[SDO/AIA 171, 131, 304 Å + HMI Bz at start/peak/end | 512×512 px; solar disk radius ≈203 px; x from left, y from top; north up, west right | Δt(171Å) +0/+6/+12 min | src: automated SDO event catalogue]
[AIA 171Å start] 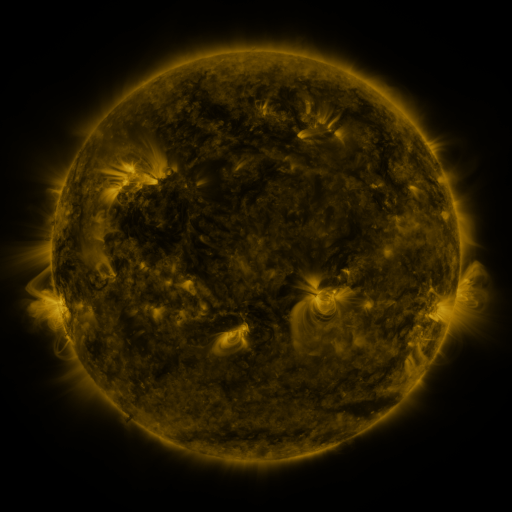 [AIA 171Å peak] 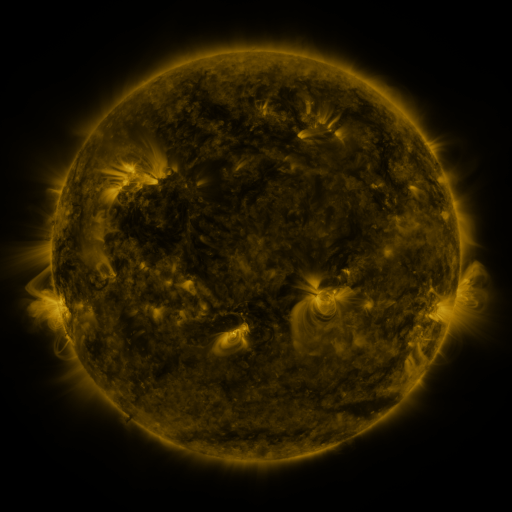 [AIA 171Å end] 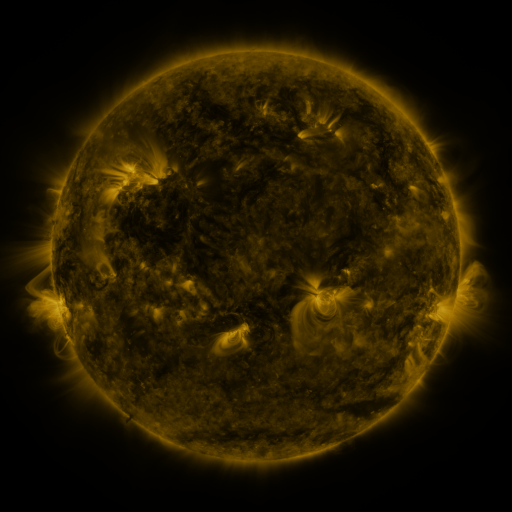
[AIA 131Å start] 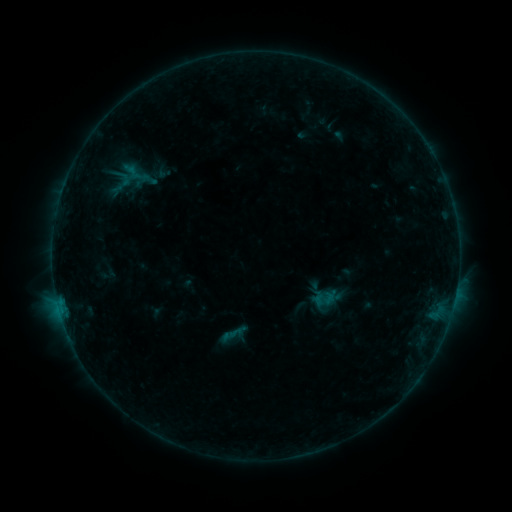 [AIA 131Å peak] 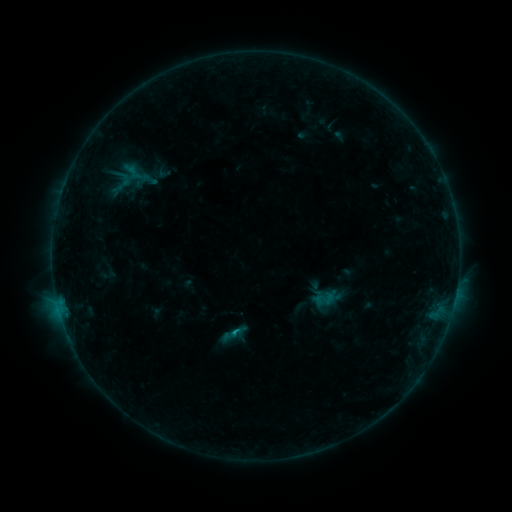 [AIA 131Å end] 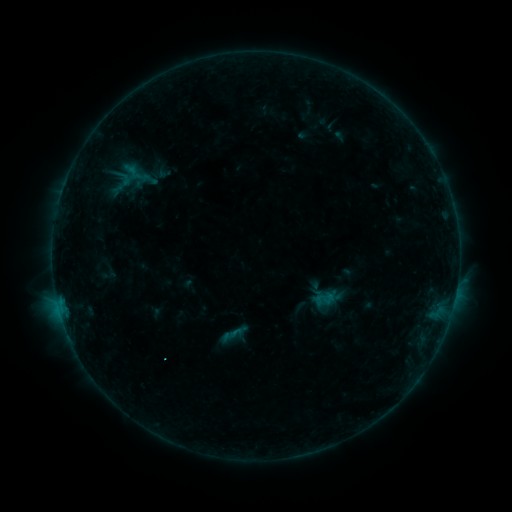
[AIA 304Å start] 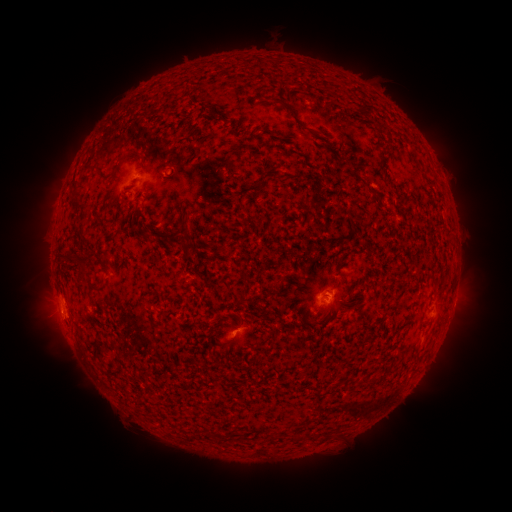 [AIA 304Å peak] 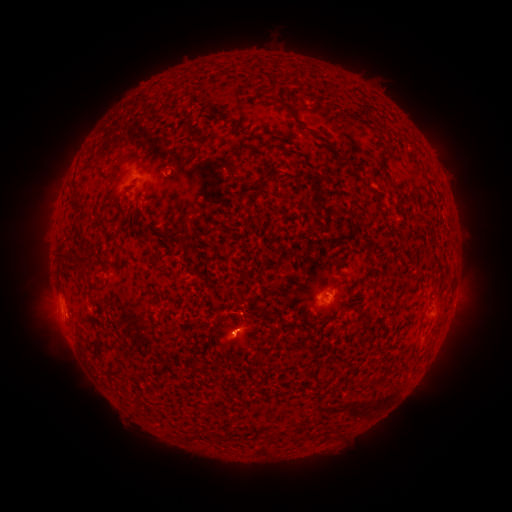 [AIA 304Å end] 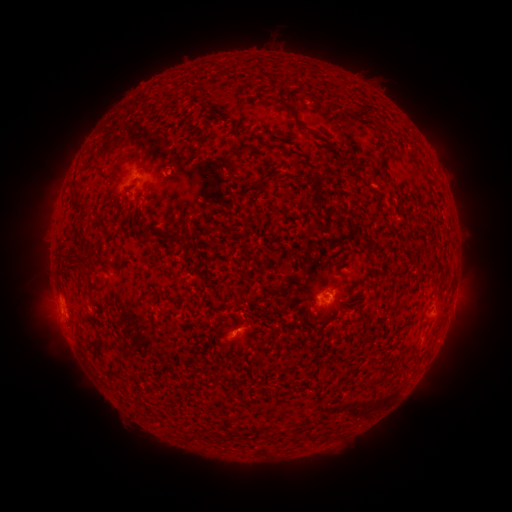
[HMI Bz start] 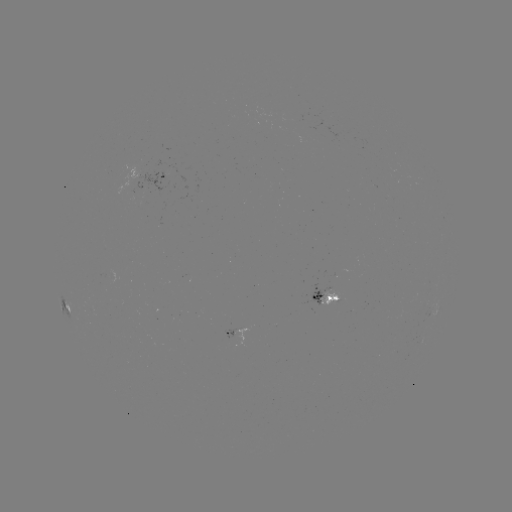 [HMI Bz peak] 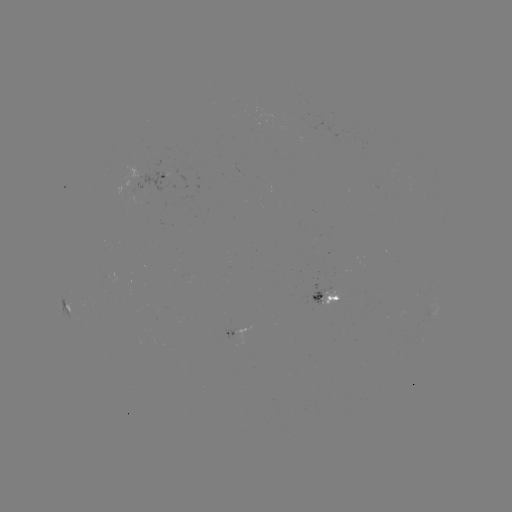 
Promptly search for B4.7 flare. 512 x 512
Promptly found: [237, 331].